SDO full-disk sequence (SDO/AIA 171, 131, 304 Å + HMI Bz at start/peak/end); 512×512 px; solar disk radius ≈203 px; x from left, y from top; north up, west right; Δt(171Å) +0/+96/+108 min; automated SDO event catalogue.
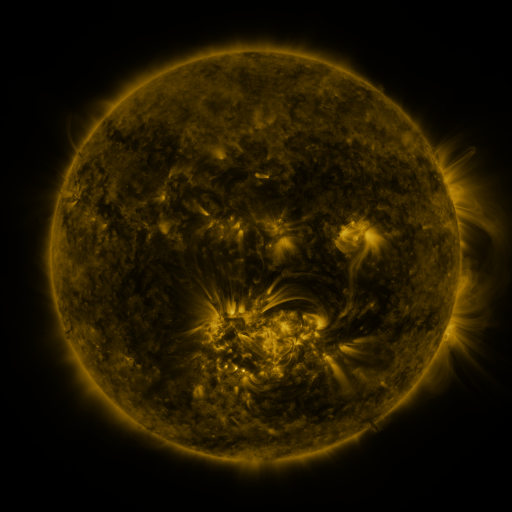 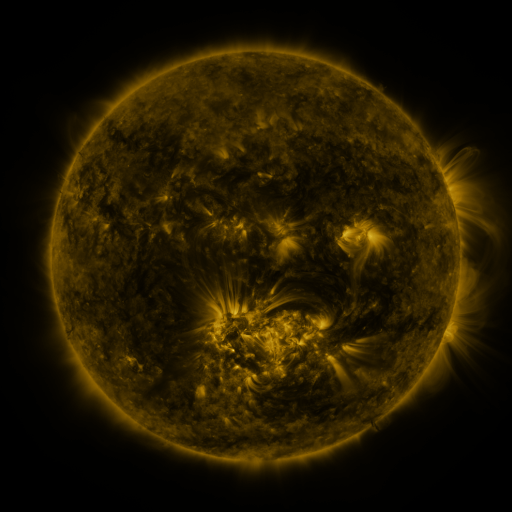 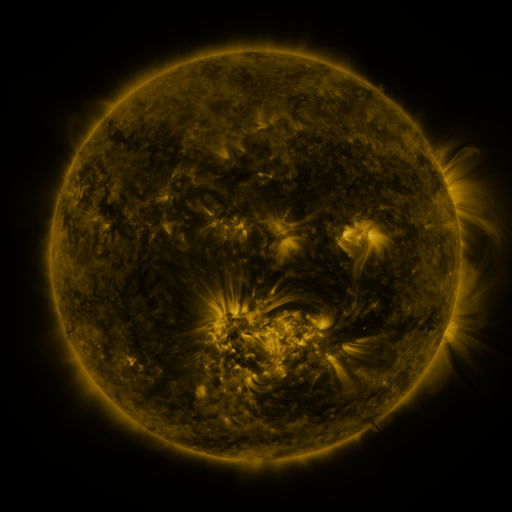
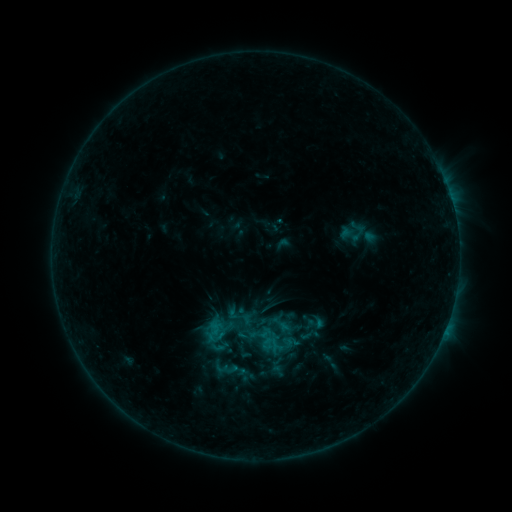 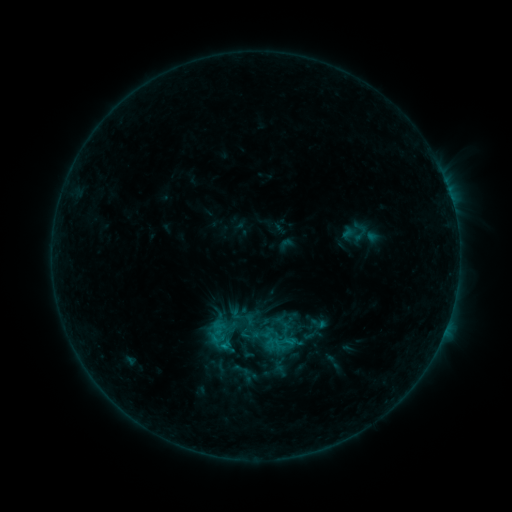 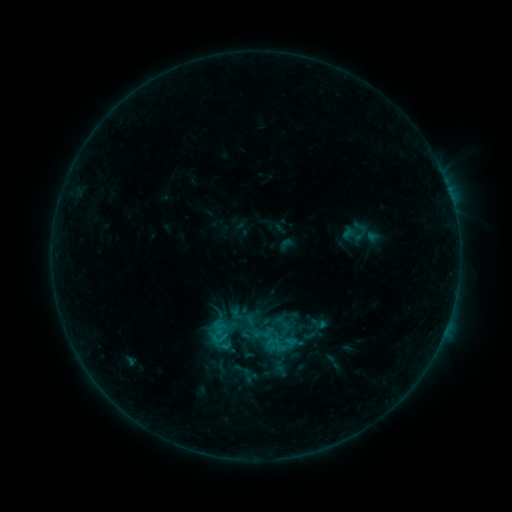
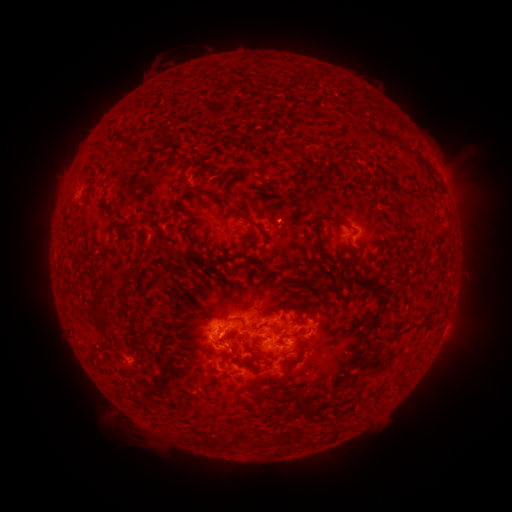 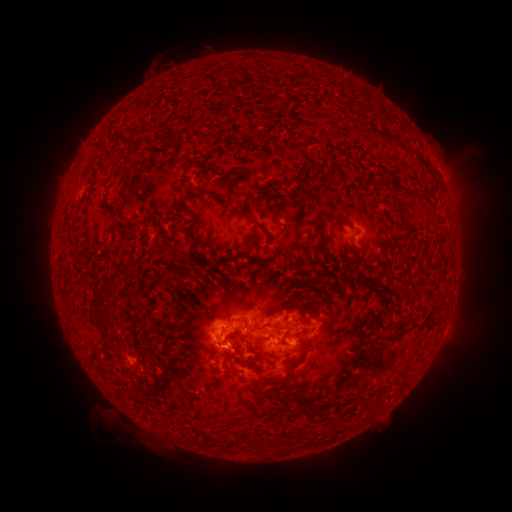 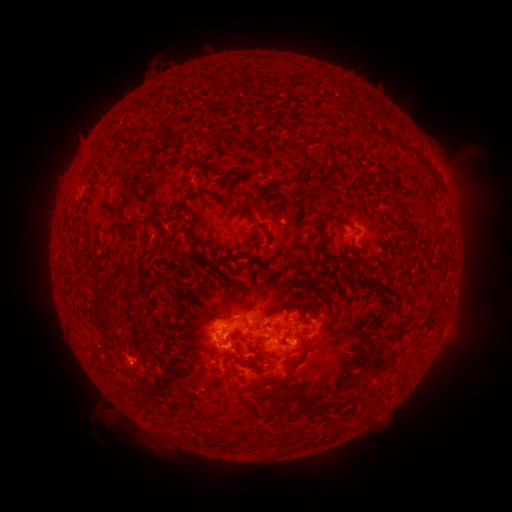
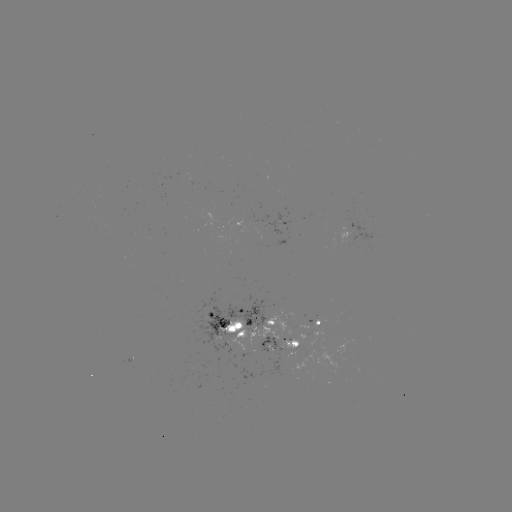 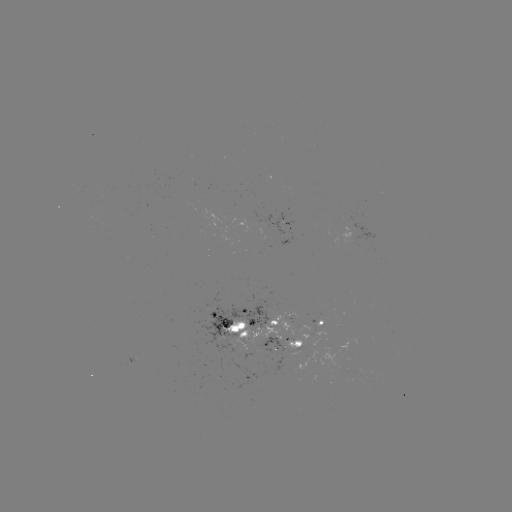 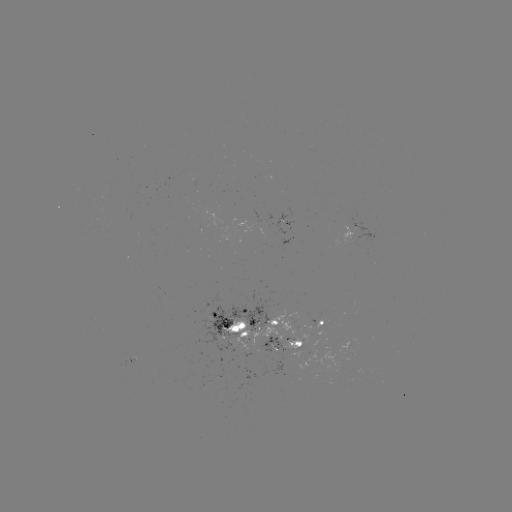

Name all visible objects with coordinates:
emerging-flux region: (293, 338)
